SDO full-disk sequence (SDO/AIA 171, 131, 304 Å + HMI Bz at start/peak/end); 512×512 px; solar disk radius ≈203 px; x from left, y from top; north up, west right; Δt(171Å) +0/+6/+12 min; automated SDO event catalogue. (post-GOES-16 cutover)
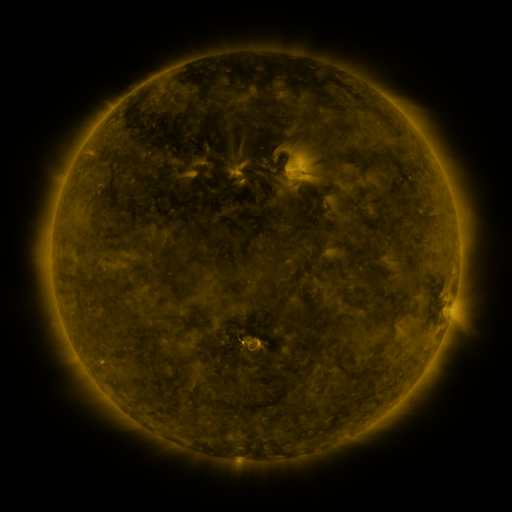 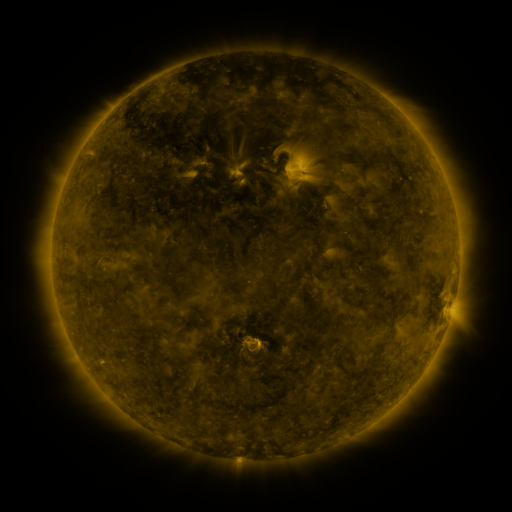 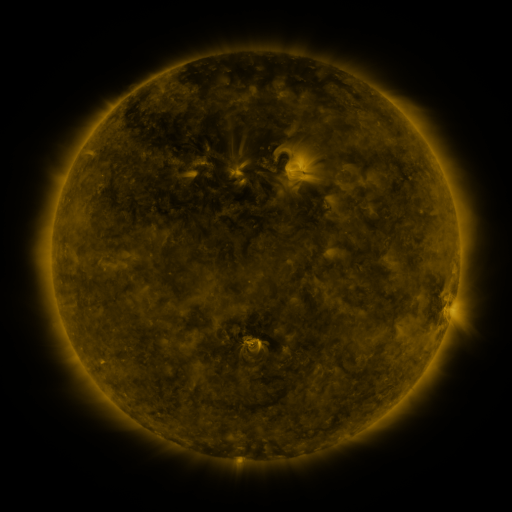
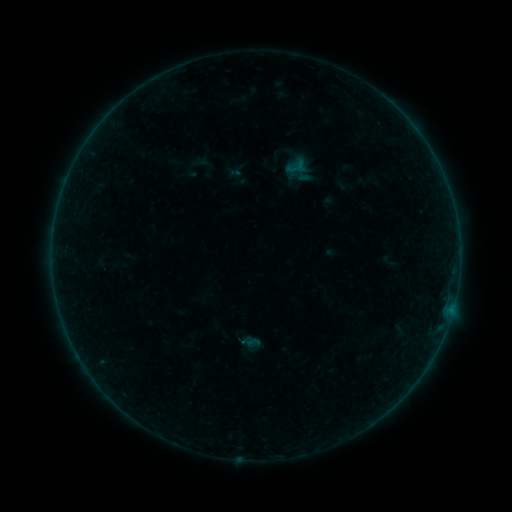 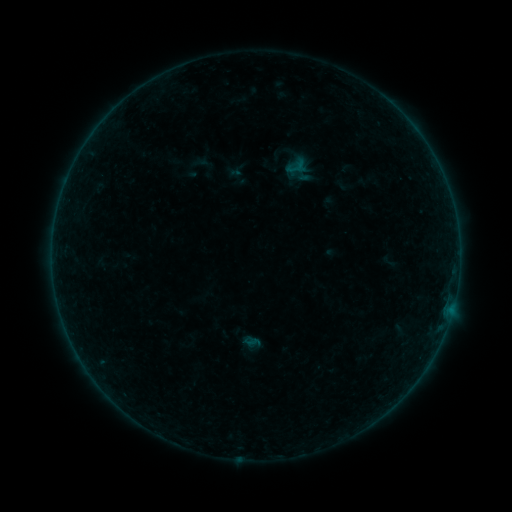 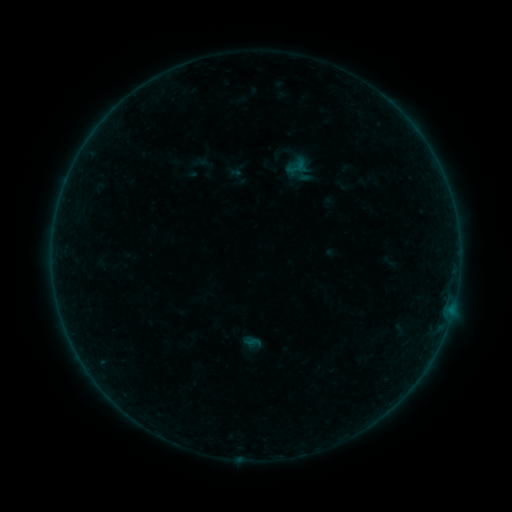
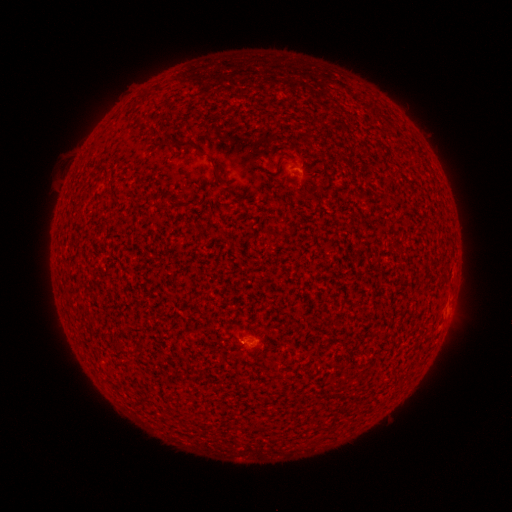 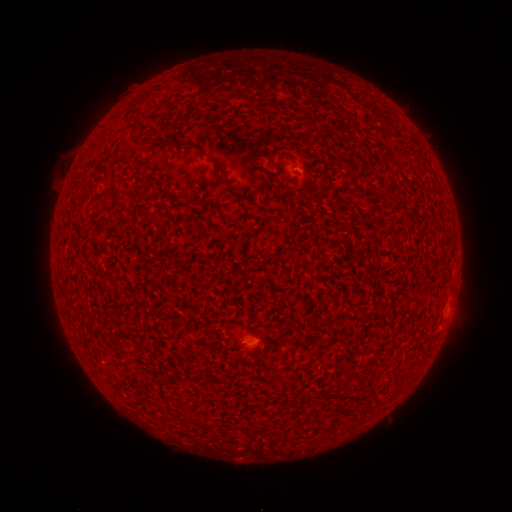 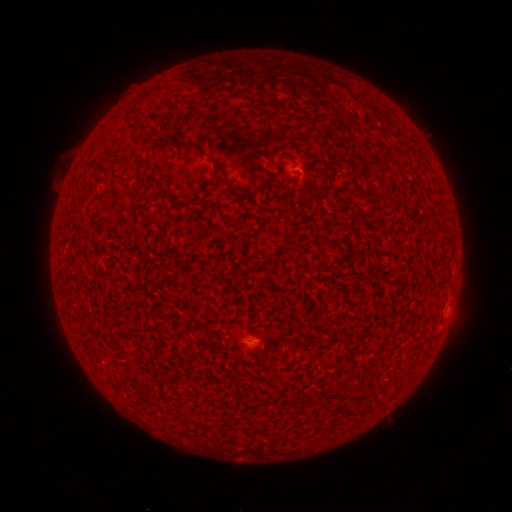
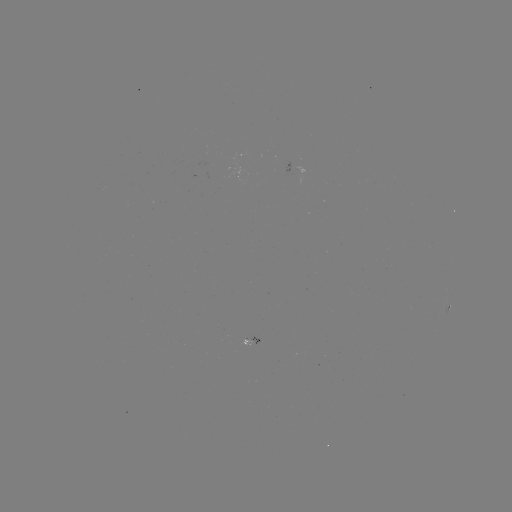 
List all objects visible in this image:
A1.6 flare: (256, 338)
